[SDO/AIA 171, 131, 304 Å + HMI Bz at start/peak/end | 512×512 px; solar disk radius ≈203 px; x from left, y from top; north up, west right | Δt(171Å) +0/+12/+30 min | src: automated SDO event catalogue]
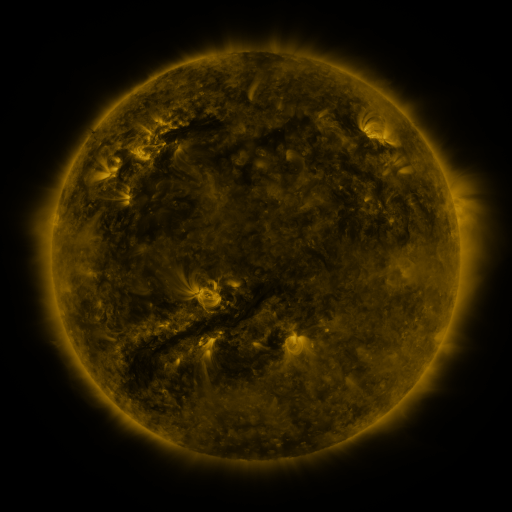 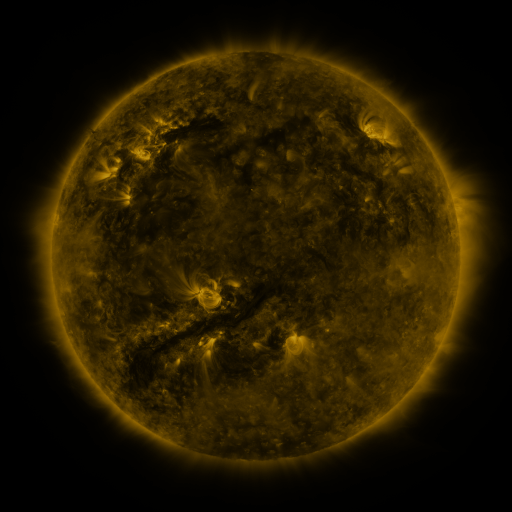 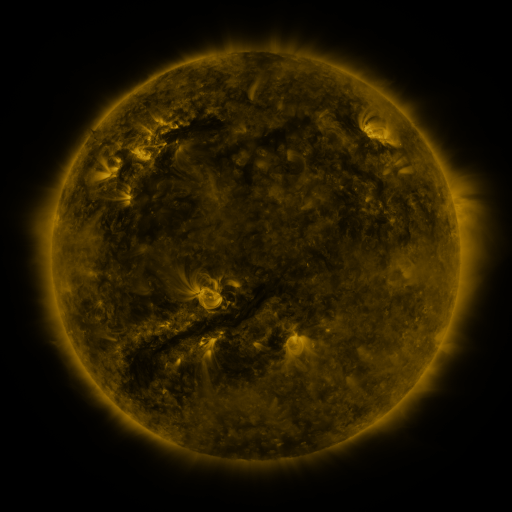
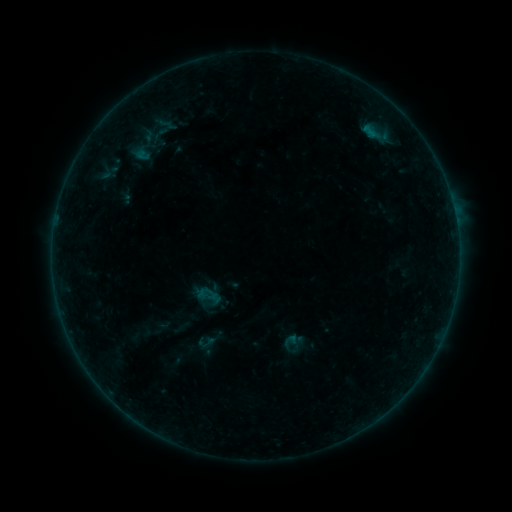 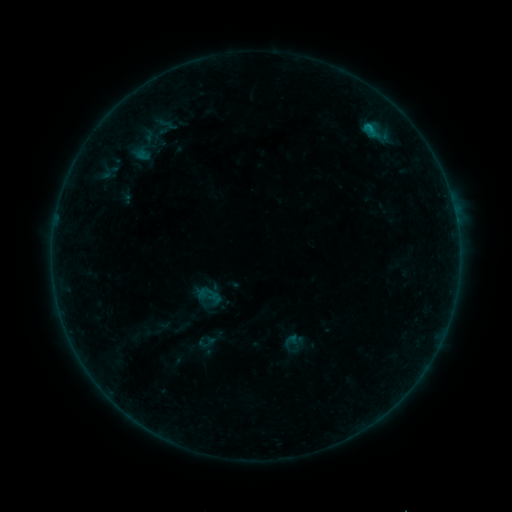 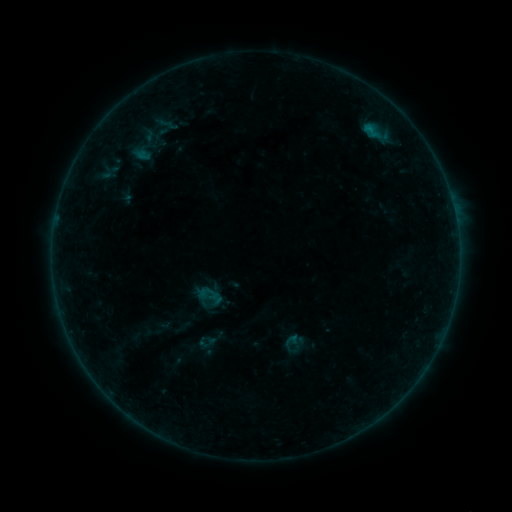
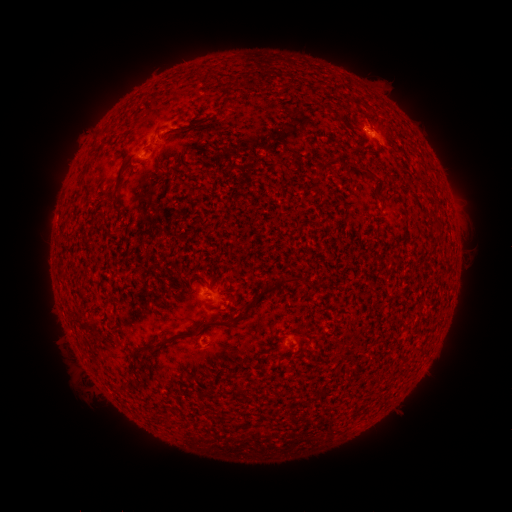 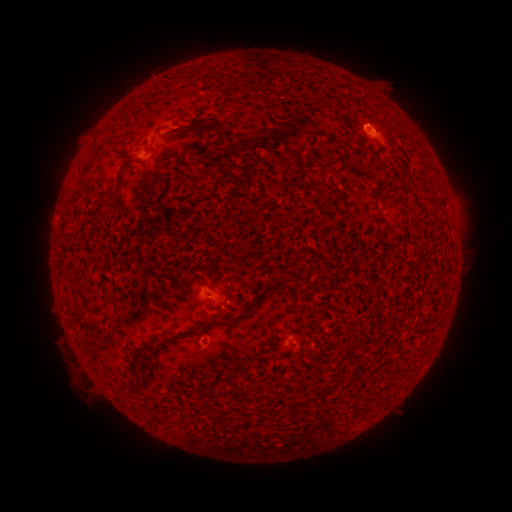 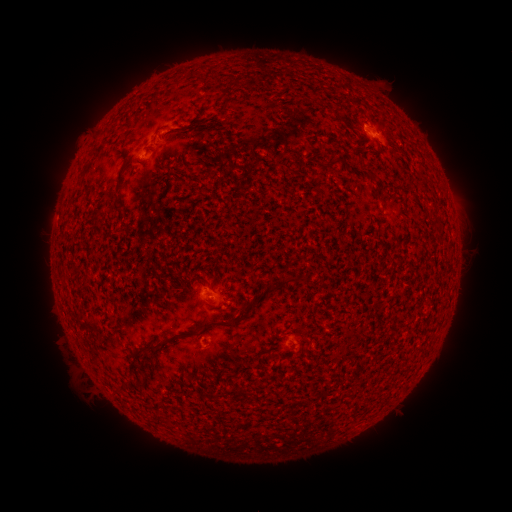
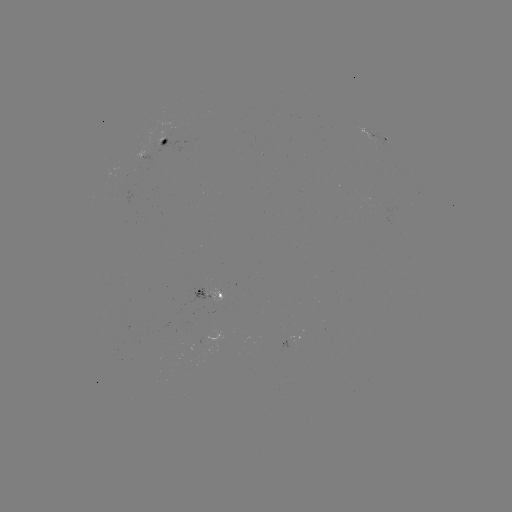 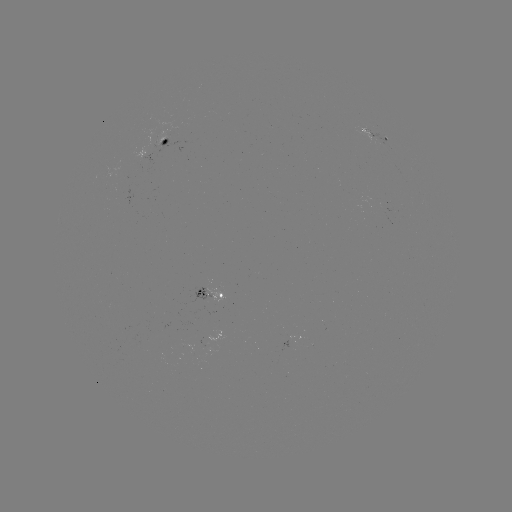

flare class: B4.2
